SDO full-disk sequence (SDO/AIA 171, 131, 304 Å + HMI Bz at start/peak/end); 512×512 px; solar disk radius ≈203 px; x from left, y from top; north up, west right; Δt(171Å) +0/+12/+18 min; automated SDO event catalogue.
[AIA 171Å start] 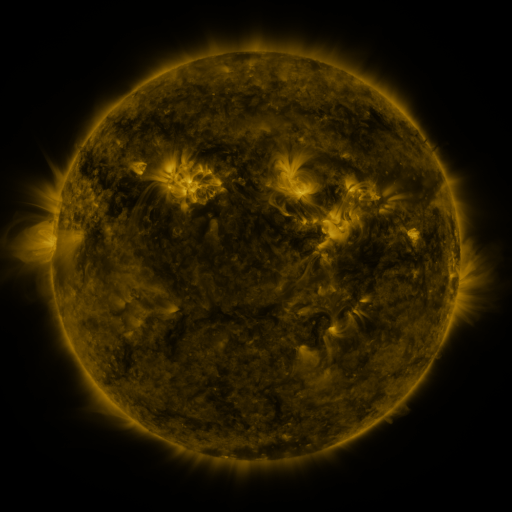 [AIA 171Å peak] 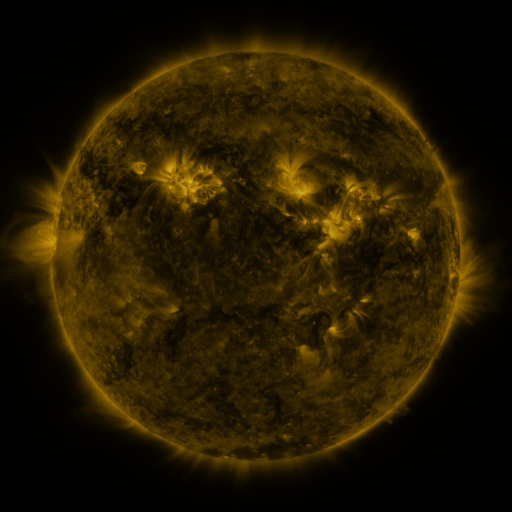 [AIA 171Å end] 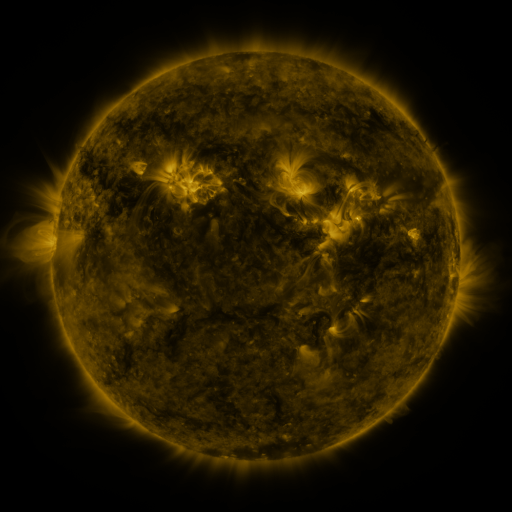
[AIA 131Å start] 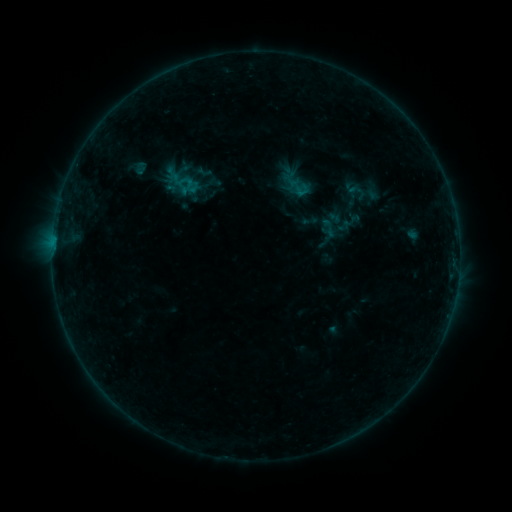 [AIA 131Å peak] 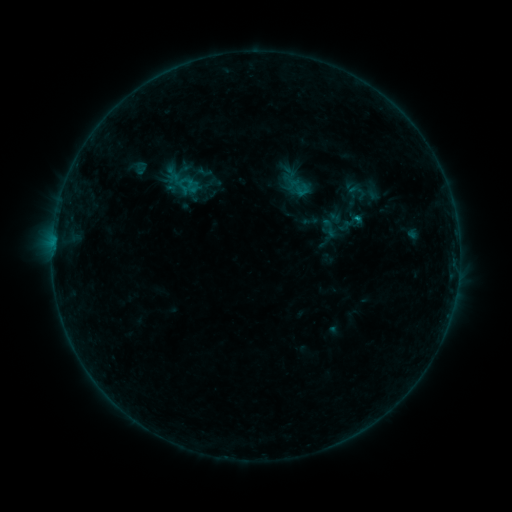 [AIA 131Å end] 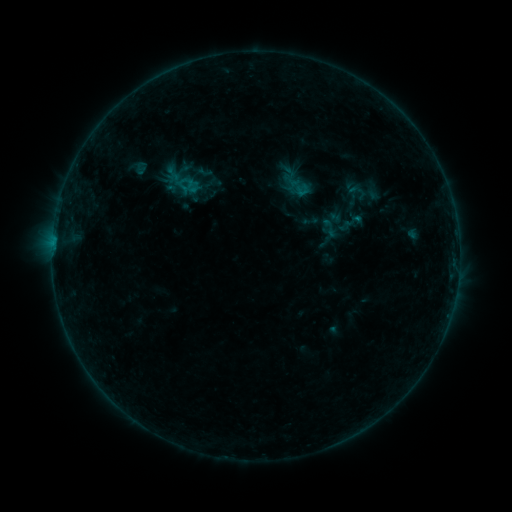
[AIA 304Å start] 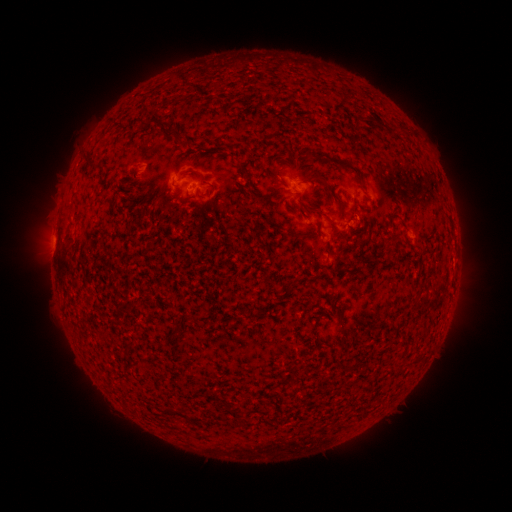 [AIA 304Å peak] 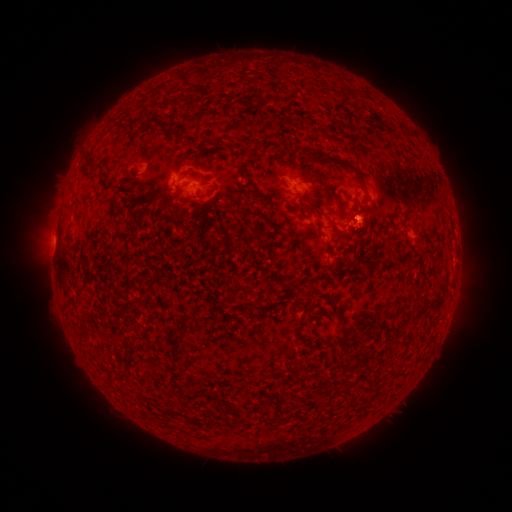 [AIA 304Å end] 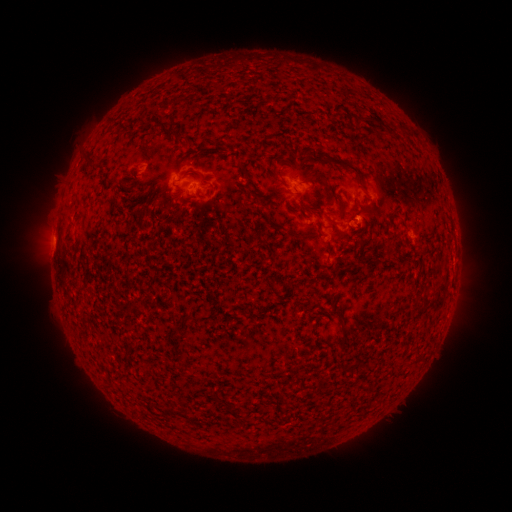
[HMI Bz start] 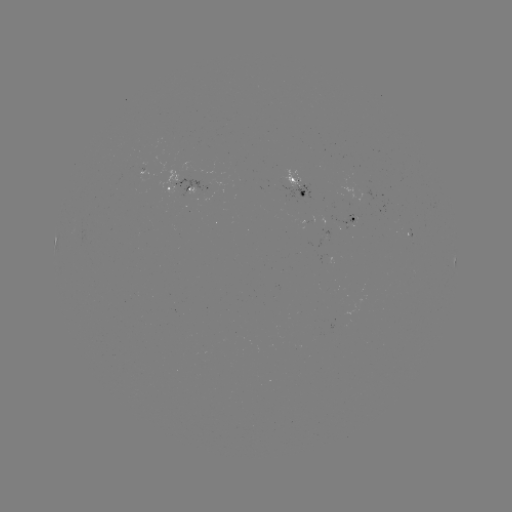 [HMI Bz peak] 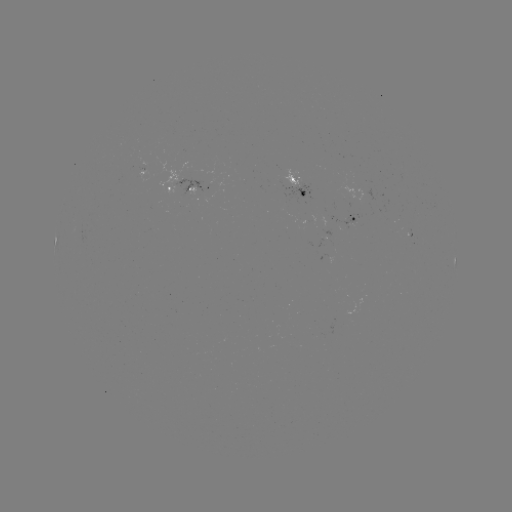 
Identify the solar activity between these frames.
B3.1 flare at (354, 222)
